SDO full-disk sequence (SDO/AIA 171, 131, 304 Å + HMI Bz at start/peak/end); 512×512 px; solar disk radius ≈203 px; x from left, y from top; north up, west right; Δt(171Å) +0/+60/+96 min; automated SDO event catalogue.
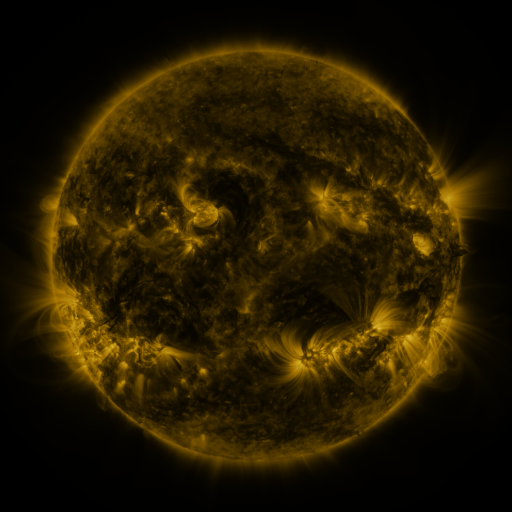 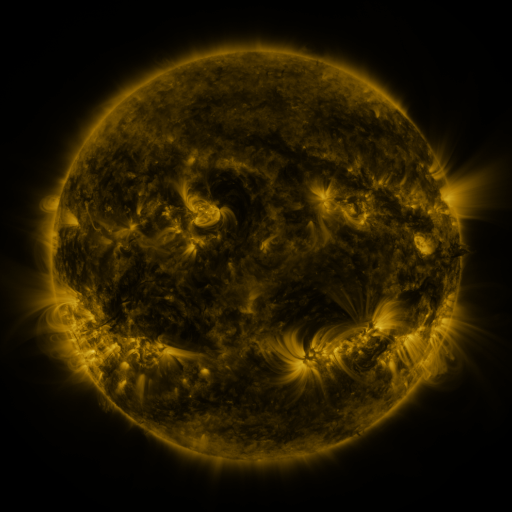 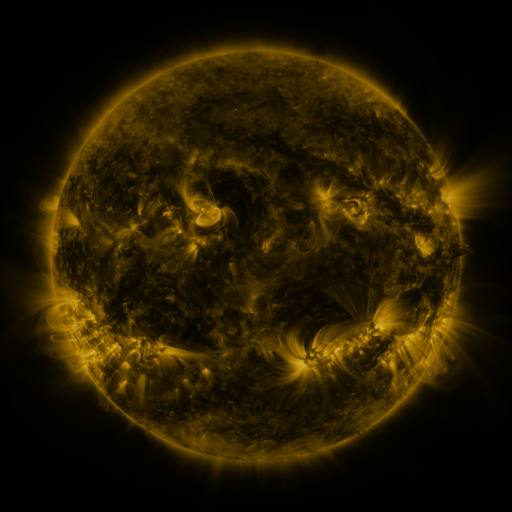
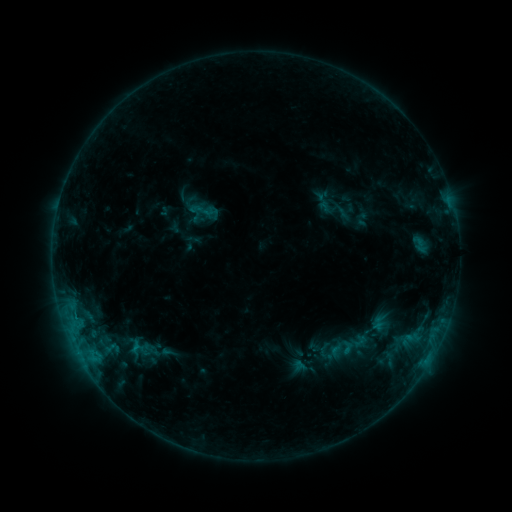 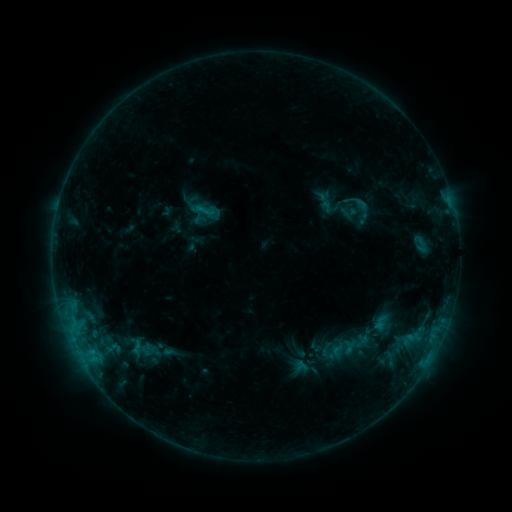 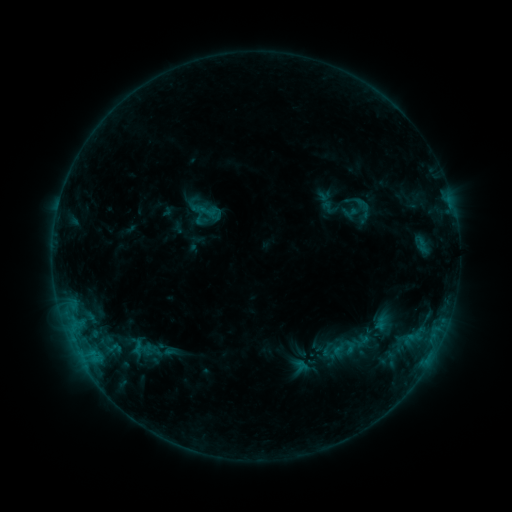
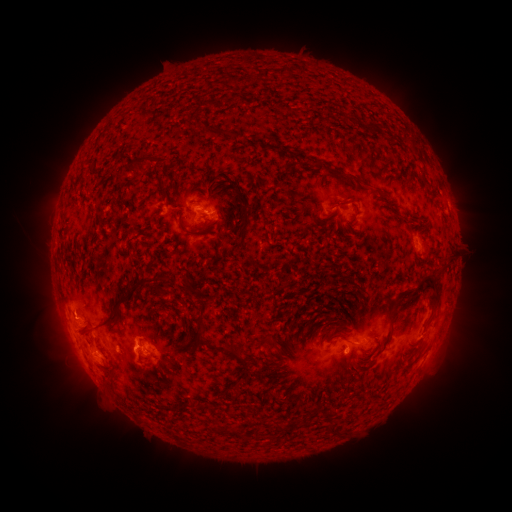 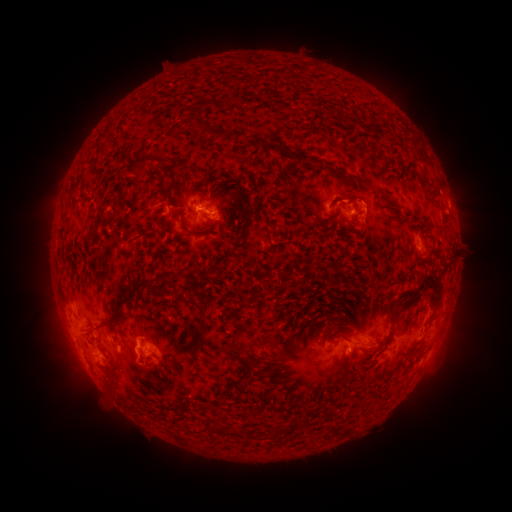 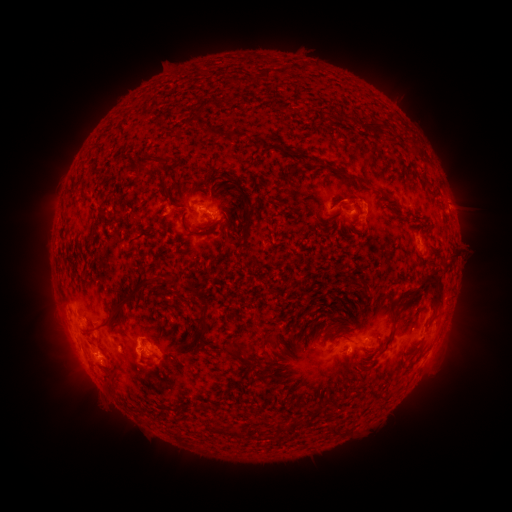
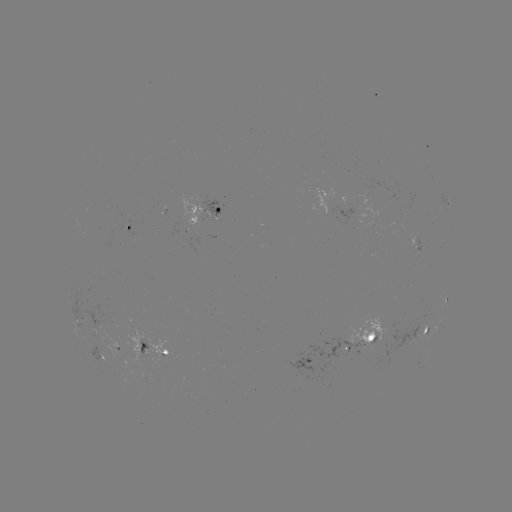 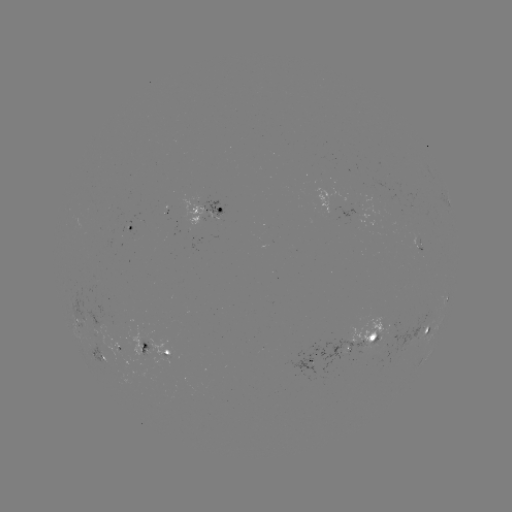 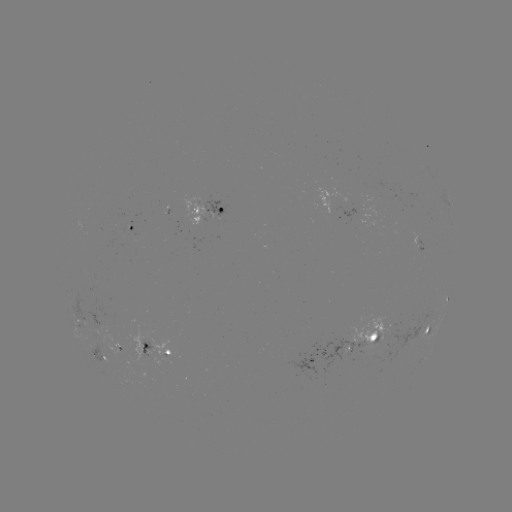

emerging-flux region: (167, 195, 200, 226)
